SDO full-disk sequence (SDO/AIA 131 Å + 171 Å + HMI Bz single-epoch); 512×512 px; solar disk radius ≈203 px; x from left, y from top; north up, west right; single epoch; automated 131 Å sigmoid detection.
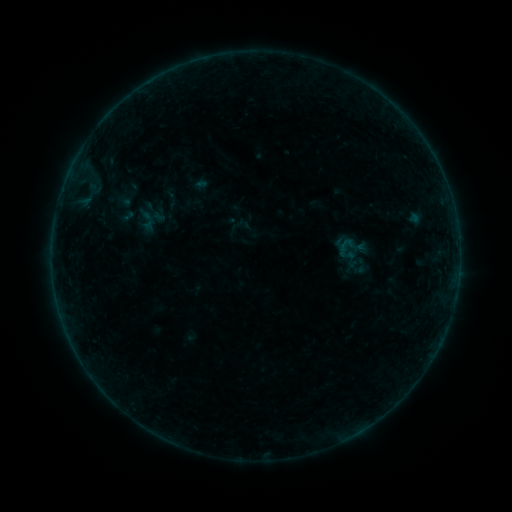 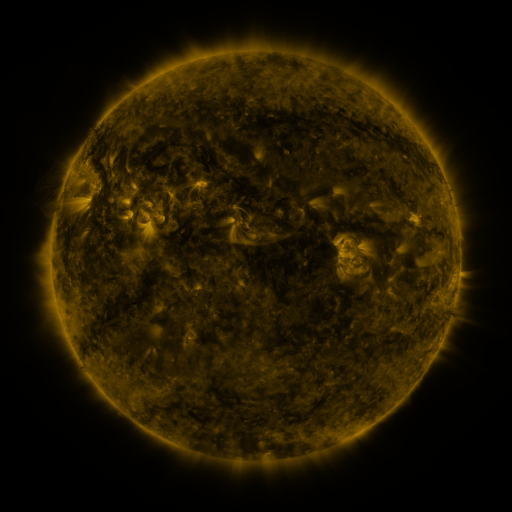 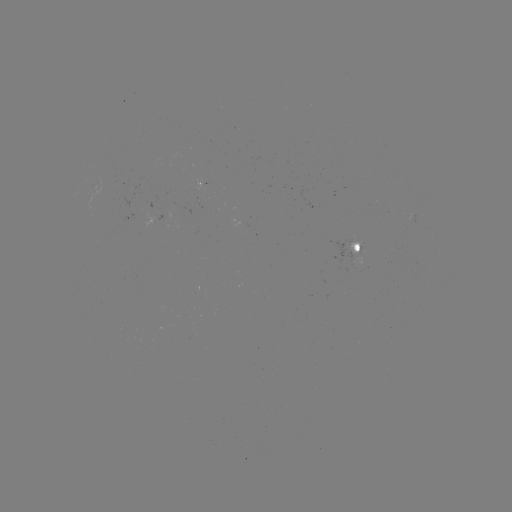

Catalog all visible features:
sigmoid: (162, 189, 181, 208)
sigmoid: (137, 208, 159, 230)
sigmoid: (327, 229, 378, 286)
